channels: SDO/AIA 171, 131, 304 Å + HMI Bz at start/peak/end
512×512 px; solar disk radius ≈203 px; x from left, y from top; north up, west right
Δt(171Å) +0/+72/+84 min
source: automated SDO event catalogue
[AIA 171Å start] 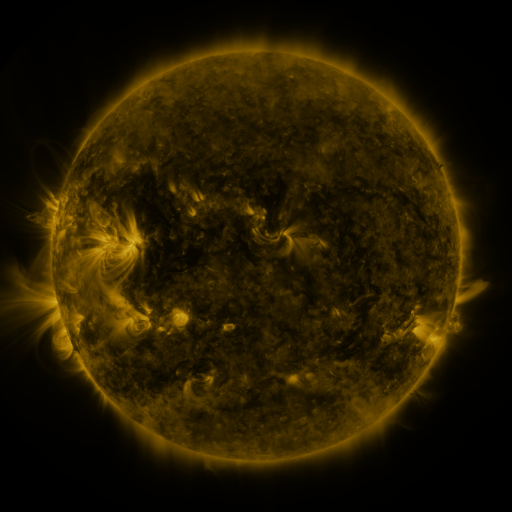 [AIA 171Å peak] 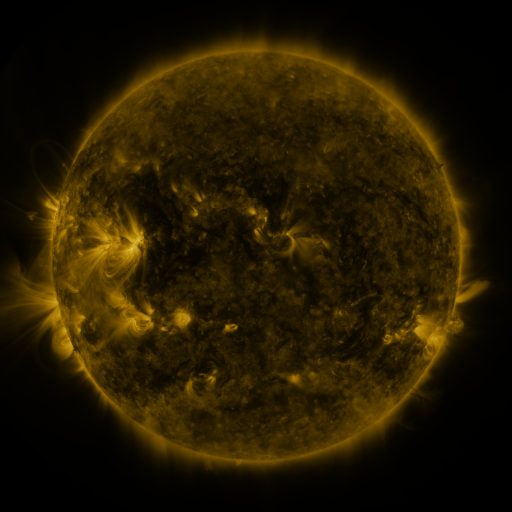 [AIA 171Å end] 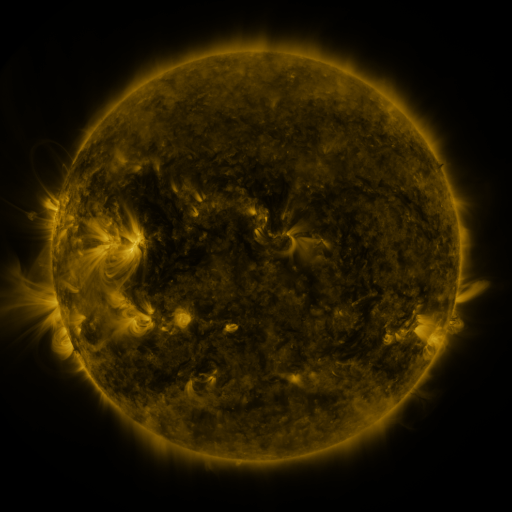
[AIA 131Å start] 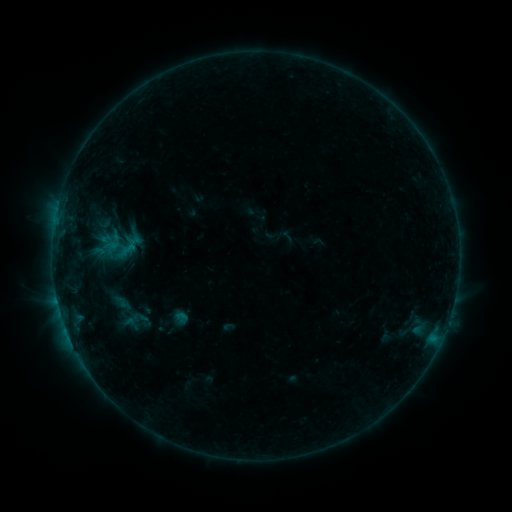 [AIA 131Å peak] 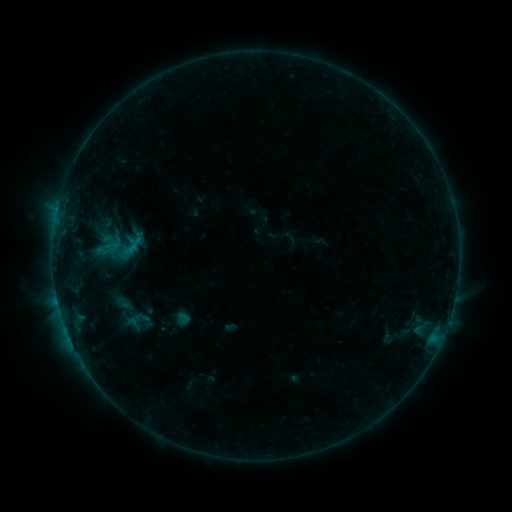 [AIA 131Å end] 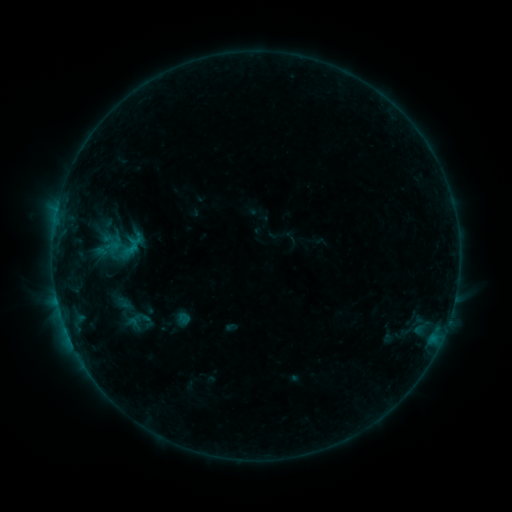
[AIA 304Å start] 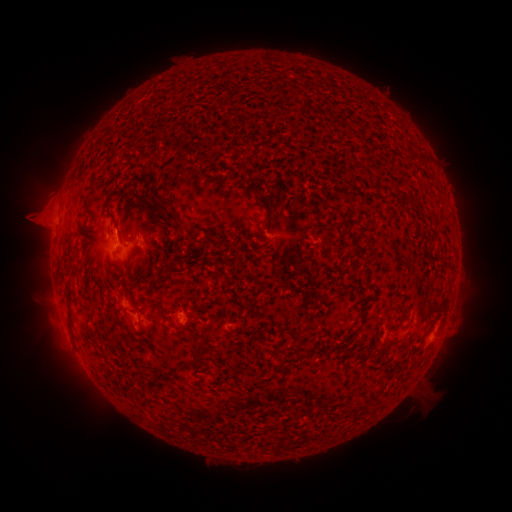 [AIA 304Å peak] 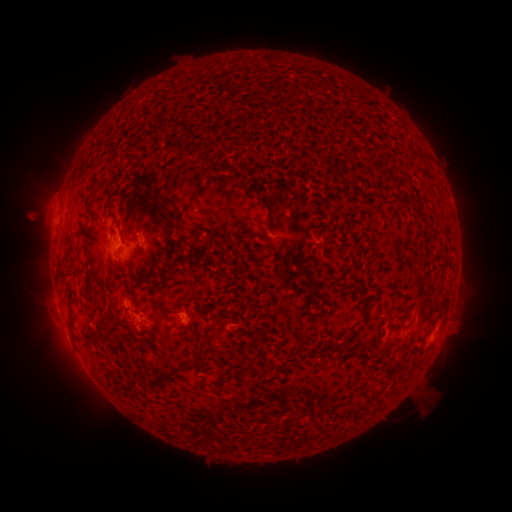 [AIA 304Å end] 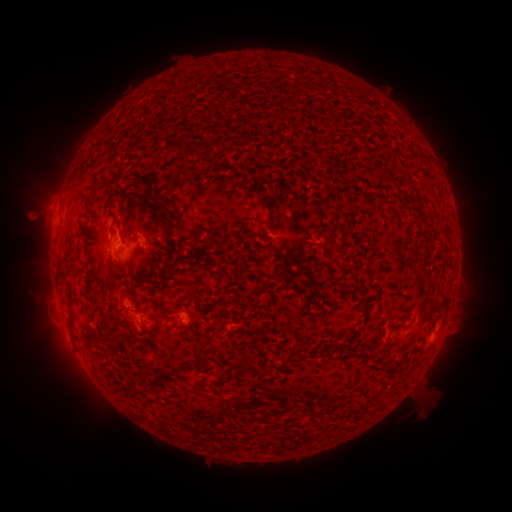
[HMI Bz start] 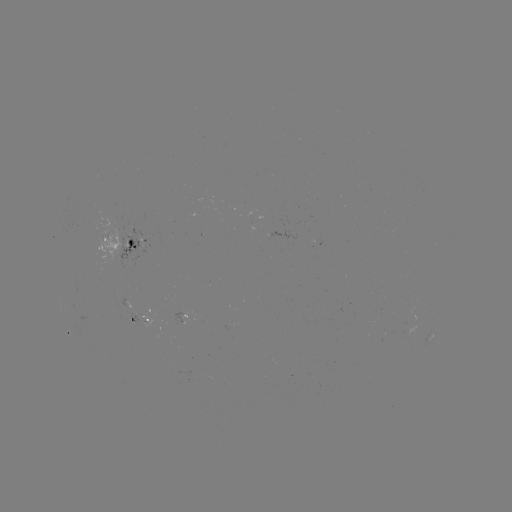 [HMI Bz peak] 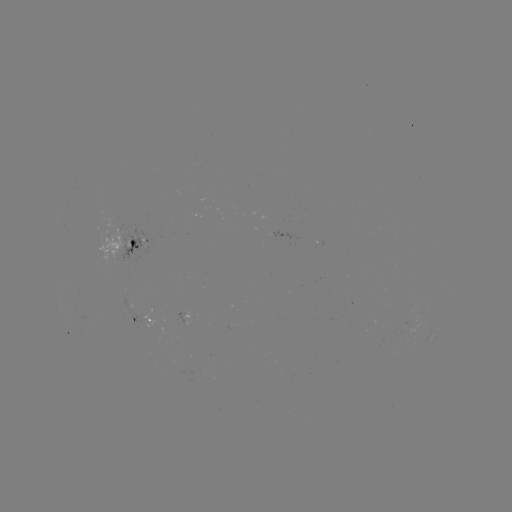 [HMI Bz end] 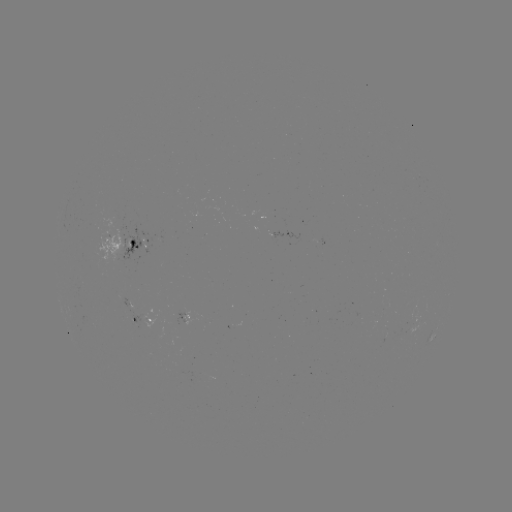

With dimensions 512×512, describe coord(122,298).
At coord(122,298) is emerging-flux region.